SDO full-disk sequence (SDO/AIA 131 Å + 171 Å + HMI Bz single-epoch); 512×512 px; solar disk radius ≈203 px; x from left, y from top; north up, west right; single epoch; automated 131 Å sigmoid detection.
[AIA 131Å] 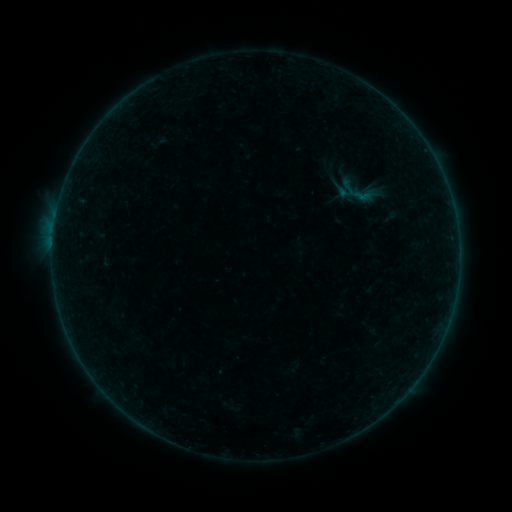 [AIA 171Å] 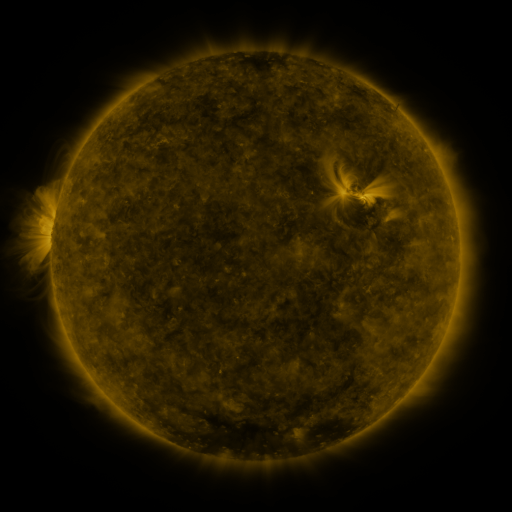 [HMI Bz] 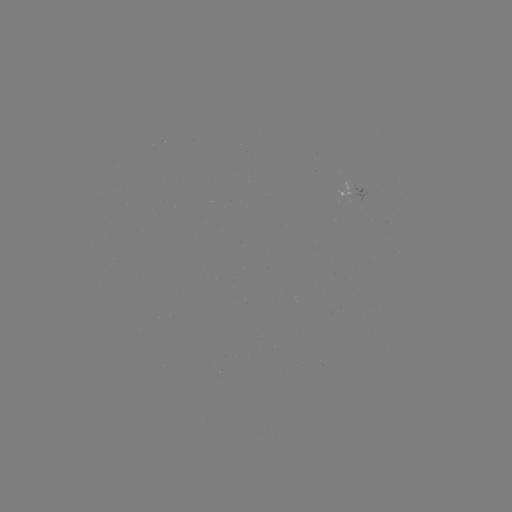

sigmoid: [342, 178, 377, 211]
